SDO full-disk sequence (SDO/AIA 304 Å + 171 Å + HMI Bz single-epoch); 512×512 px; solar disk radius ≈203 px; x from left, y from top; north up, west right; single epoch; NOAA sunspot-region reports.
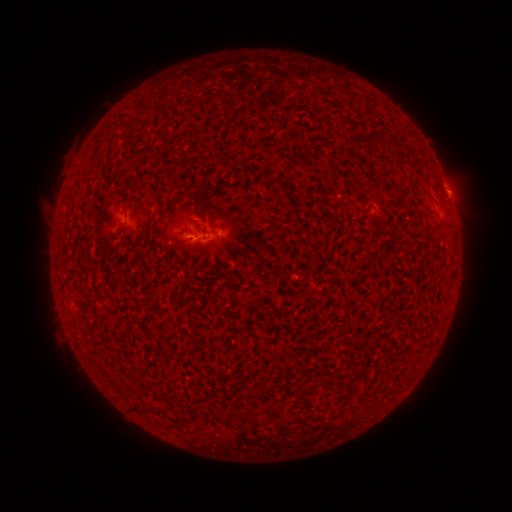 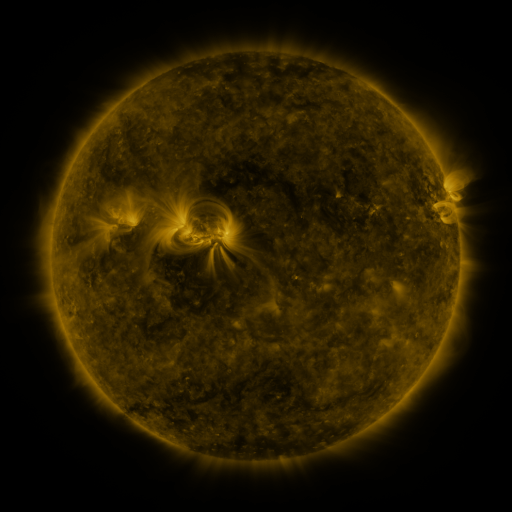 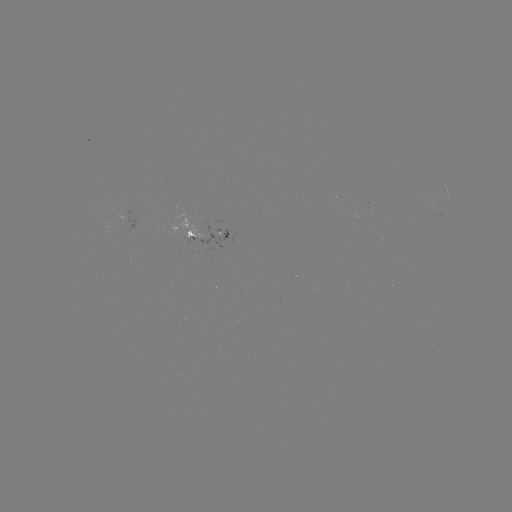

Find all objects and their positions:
spotted active region: (210, 234)
